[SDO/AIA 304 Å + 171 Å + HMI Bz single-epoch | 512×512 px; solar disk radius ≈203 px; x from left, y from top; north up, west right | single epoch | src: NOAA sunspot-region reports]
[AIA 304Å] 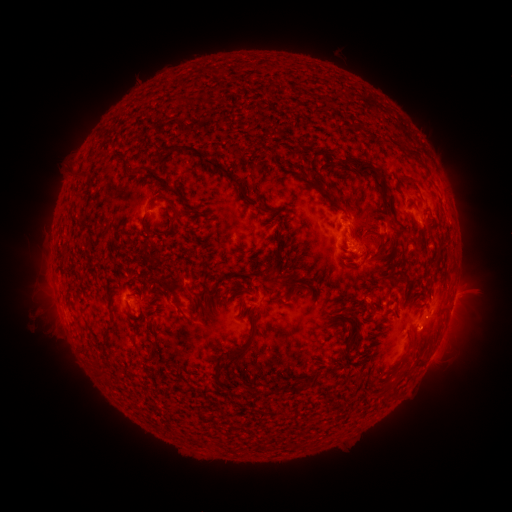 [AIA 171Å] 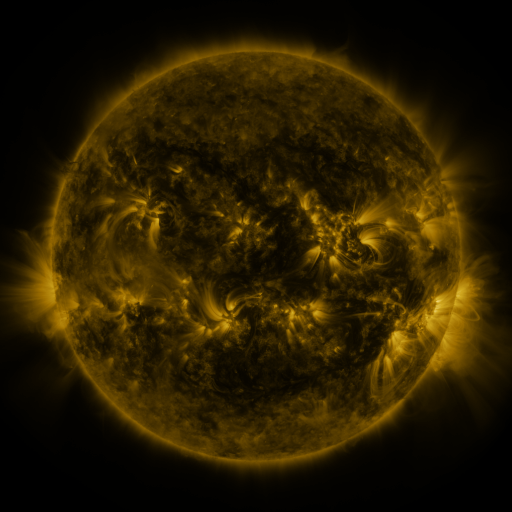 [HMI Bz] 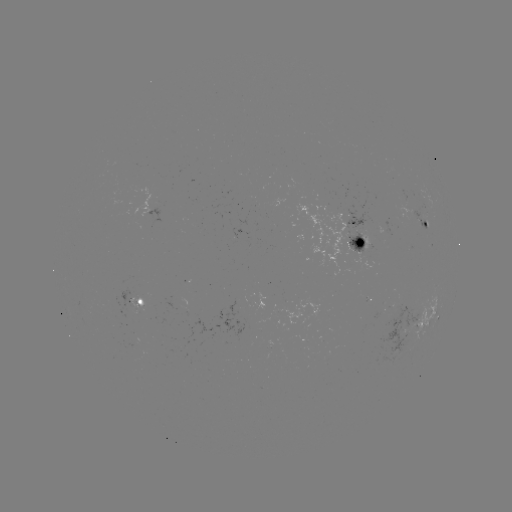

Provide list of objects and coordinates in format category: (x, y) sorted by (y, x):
spotted active region: (428, 228)
spotted active region: (354, 237)
spotted active region: (453, 301)
spotted active region: (138, 304)
spotted active region: (438, 317)
spotted active region: (420, 322)
spotted active region: (442, 335)
